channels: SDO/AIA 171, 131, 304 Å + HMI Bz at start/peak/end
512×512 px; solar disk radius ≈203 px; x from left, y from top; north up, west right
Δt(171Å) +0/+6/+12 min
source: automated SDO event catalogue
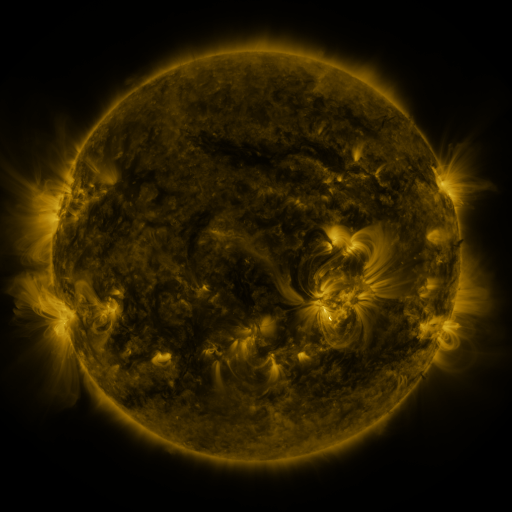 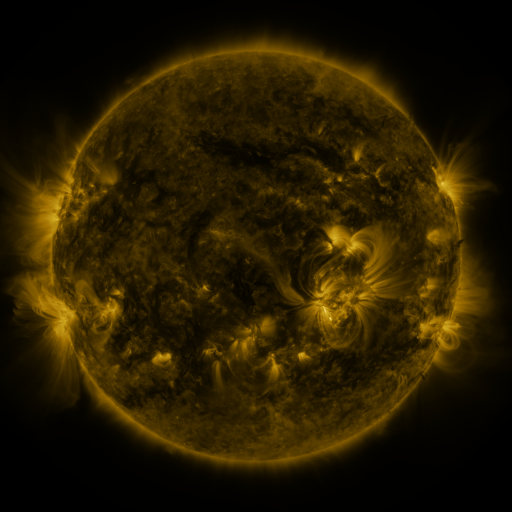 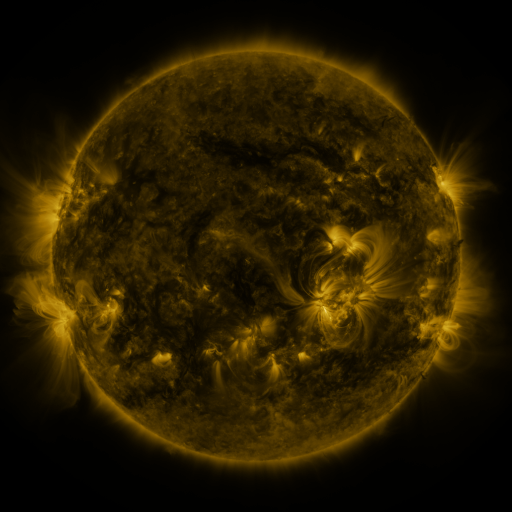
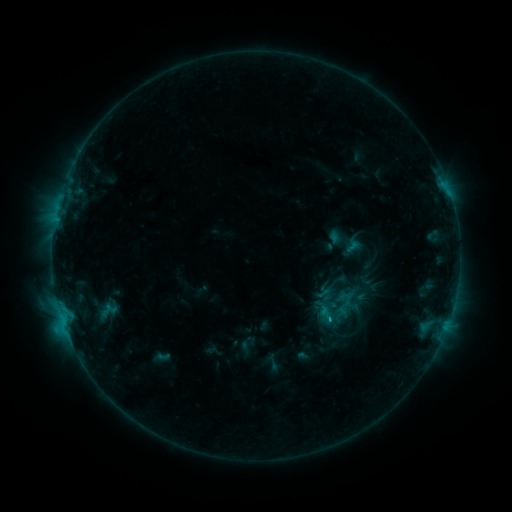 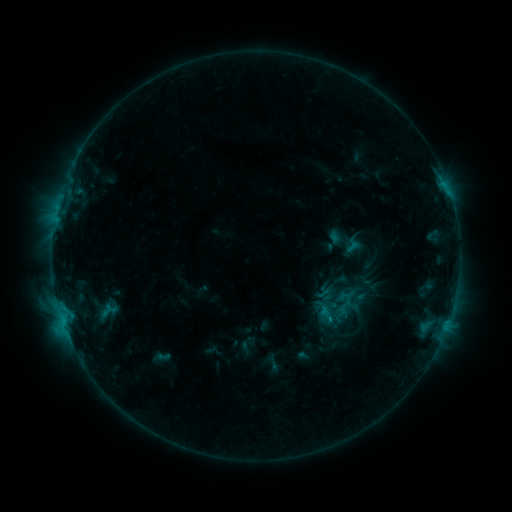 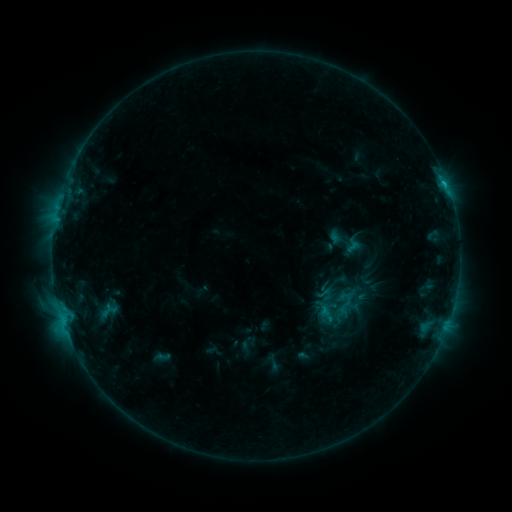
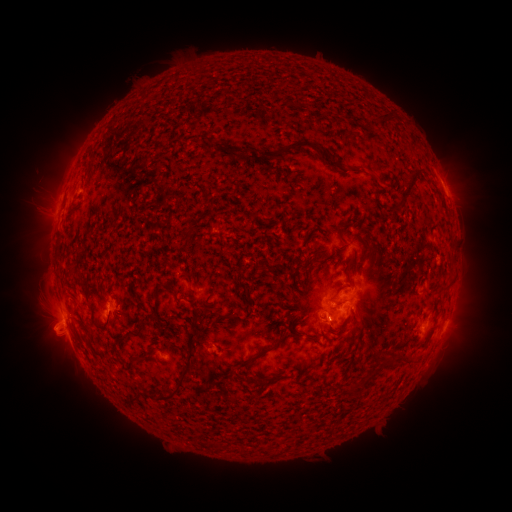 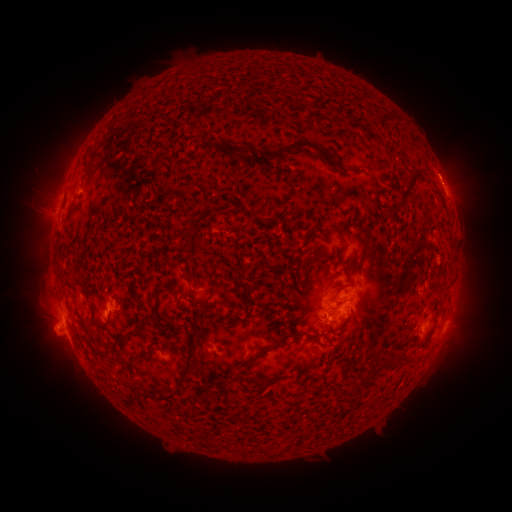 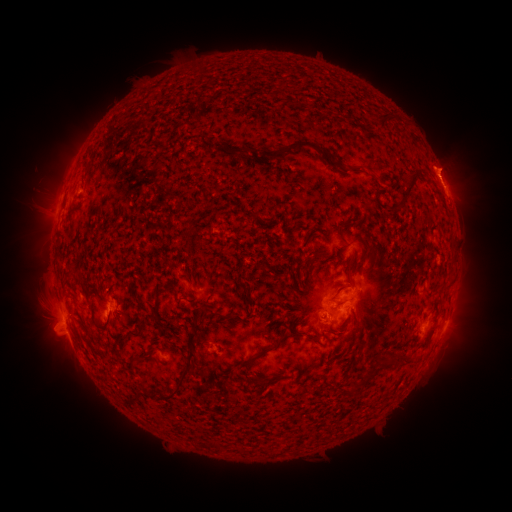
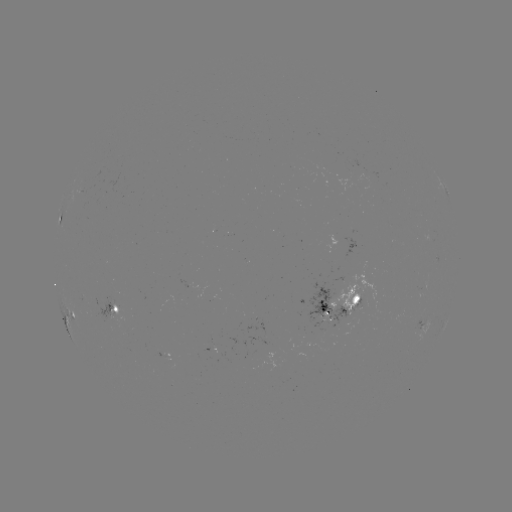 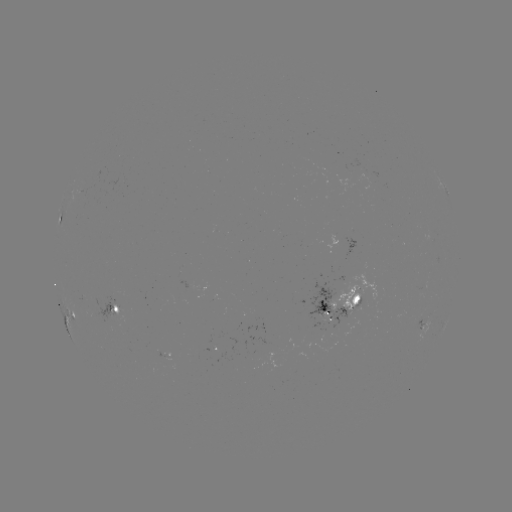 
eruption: (420, 104, 467, 128)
